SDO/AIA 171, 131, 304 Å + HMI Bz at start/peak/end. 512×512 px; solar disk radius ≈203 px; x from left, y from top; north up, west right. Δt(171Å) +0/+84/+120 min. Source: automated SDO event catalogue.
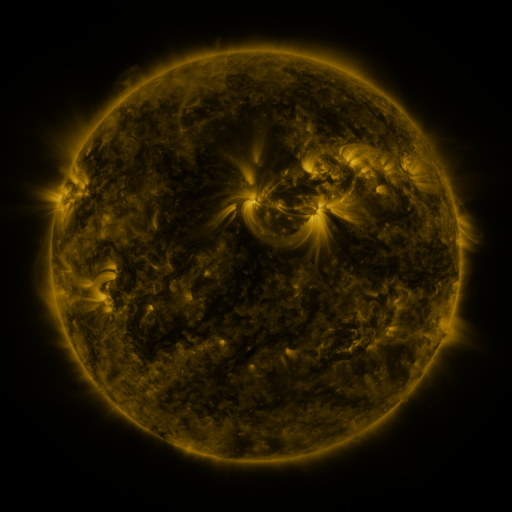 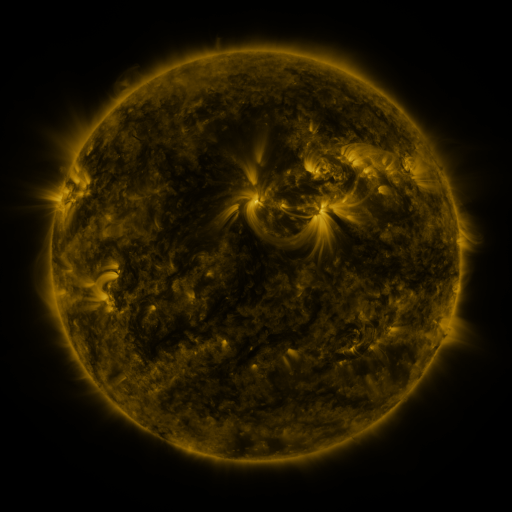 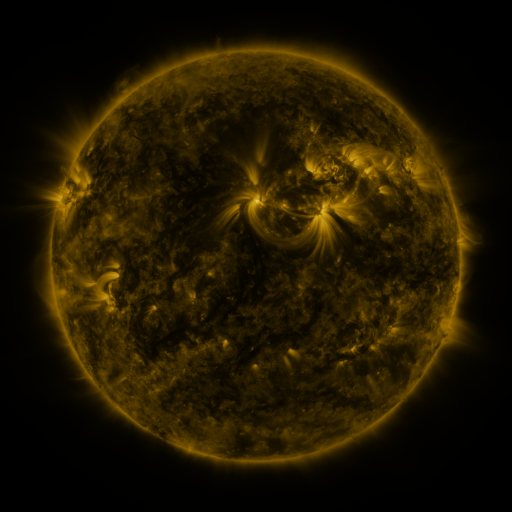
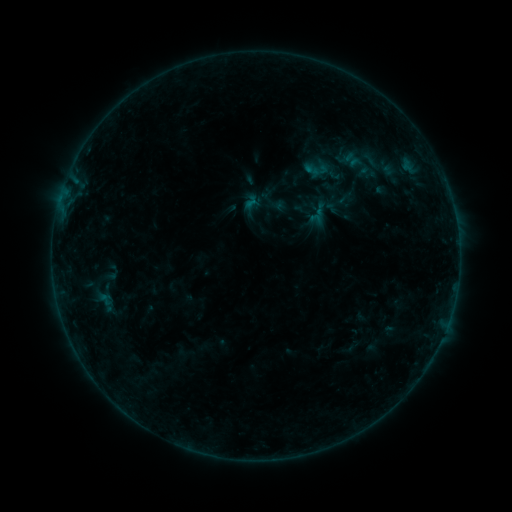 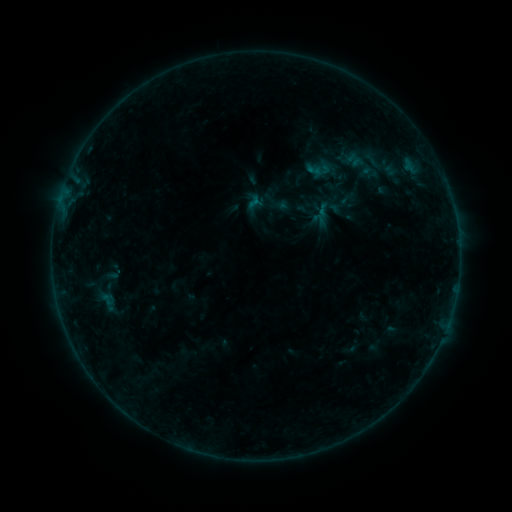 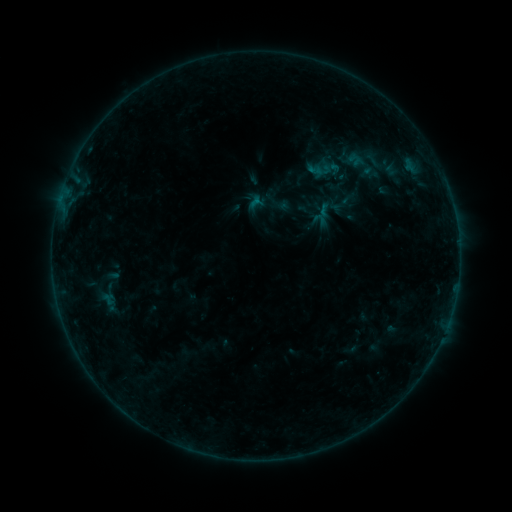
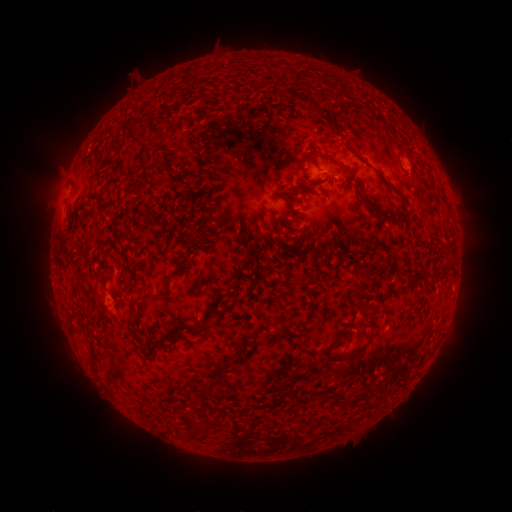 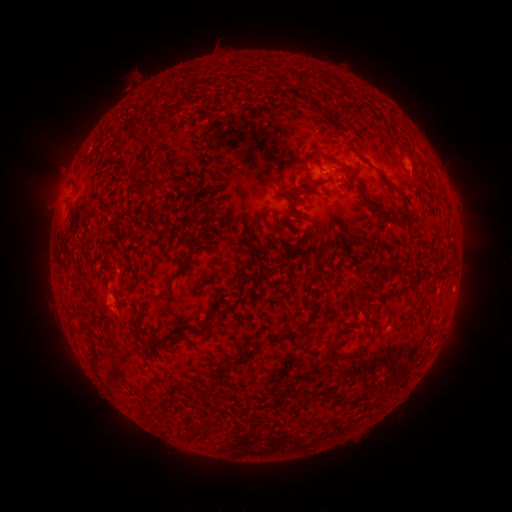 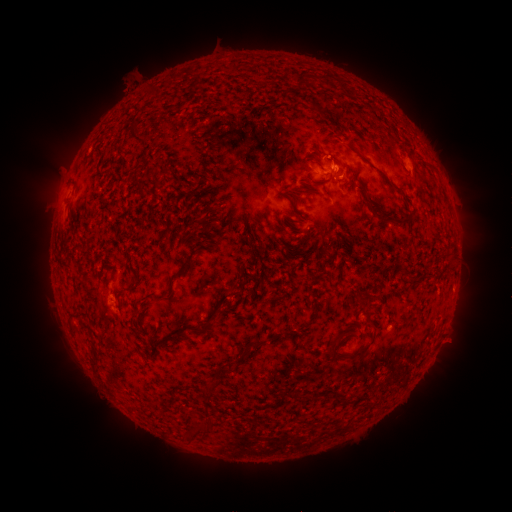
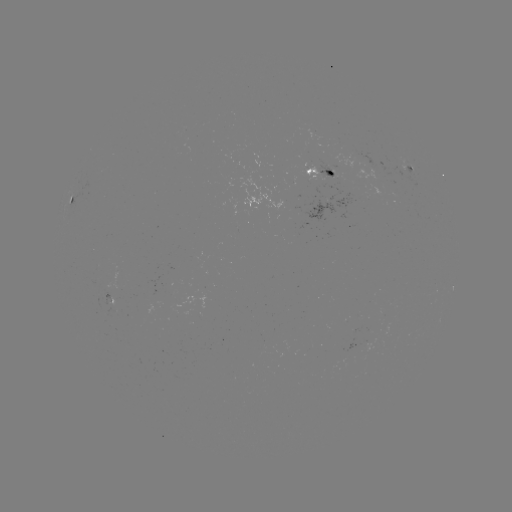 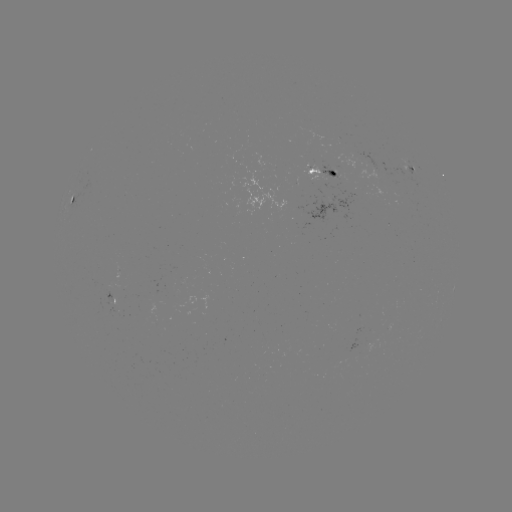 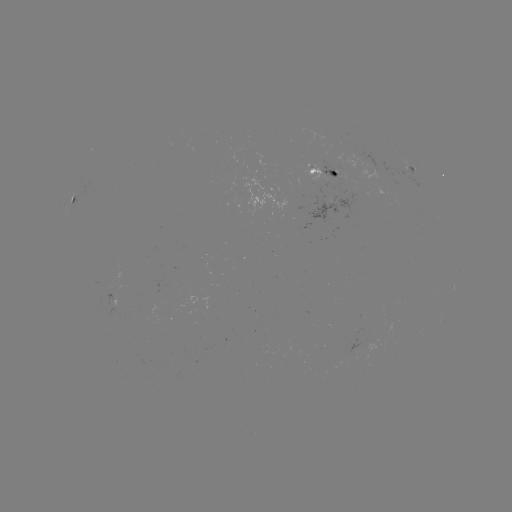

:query emerging-flux region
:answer (119, 306)